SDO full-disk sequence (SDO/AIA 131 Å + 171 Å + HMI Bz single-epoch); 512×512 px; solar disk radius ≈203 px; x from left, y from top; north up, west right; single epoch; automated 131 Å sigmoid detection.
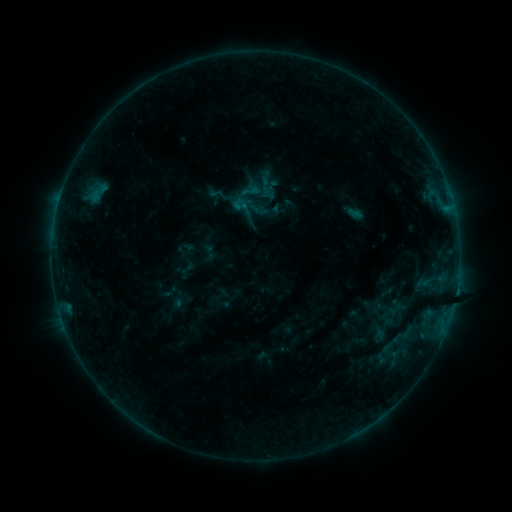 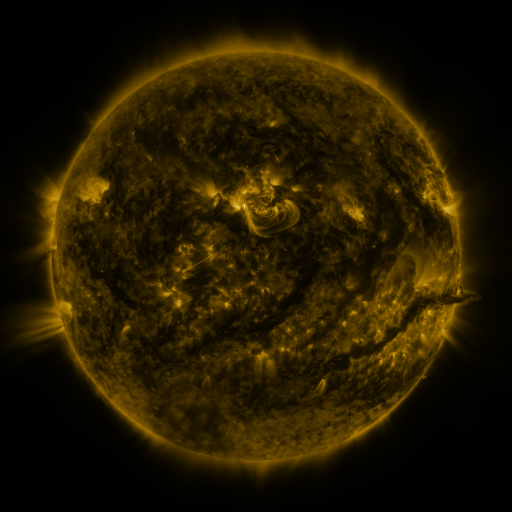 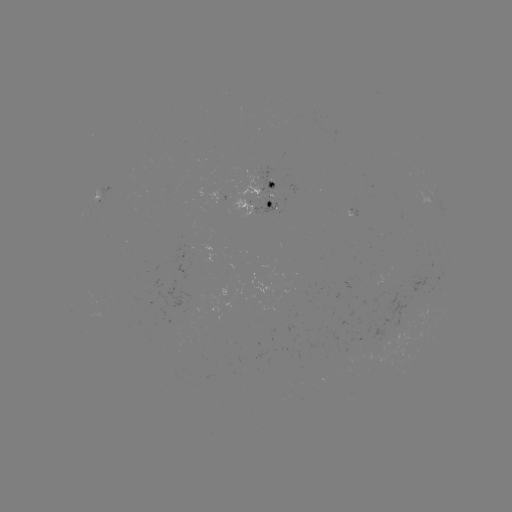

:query sigmoid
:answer [250, 190]